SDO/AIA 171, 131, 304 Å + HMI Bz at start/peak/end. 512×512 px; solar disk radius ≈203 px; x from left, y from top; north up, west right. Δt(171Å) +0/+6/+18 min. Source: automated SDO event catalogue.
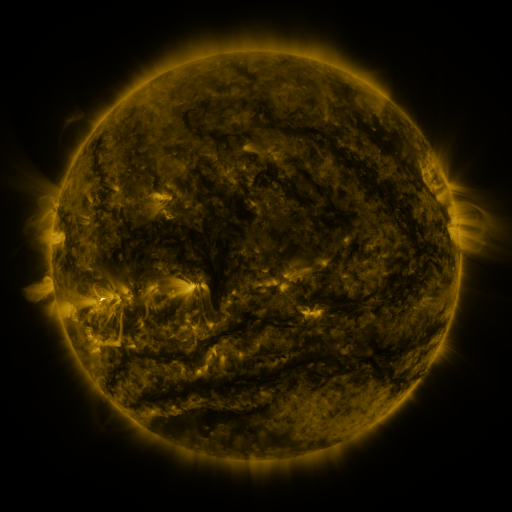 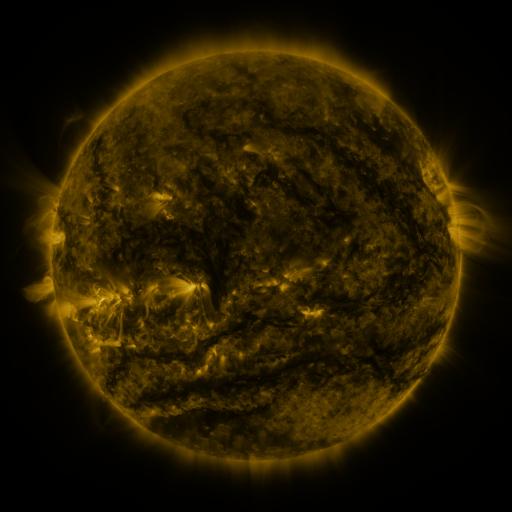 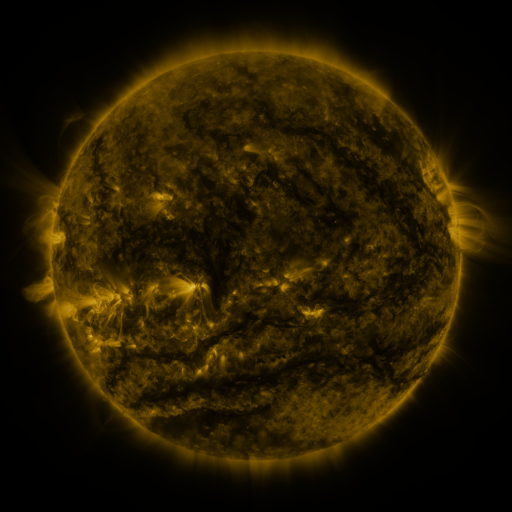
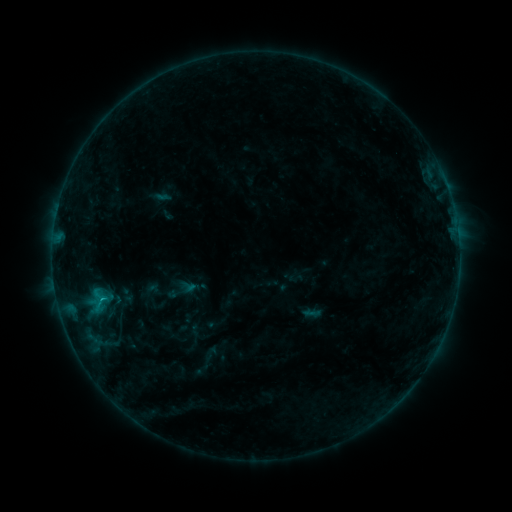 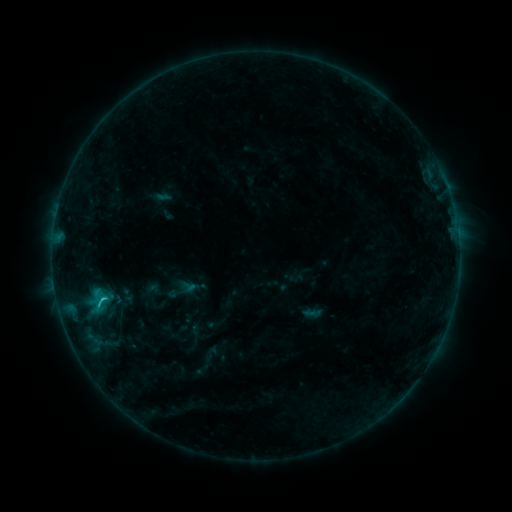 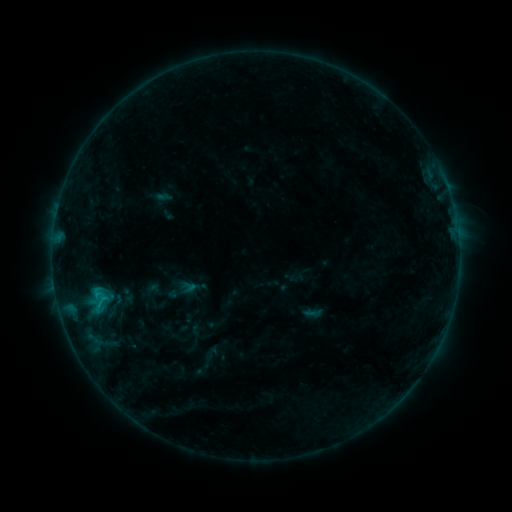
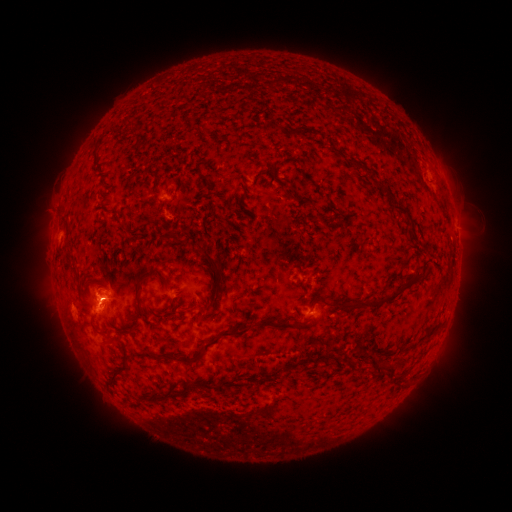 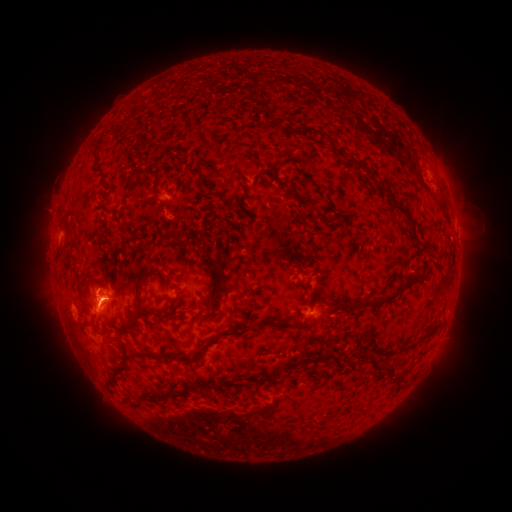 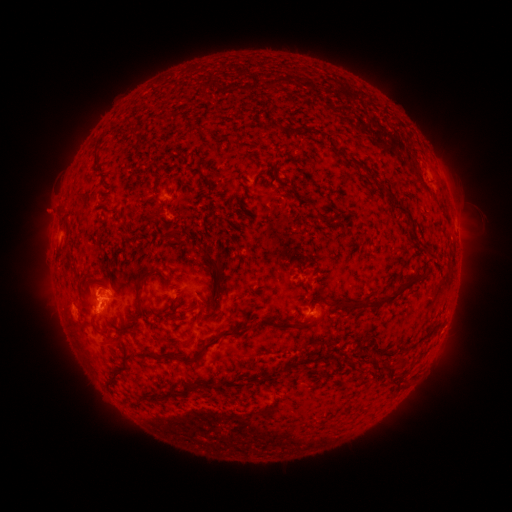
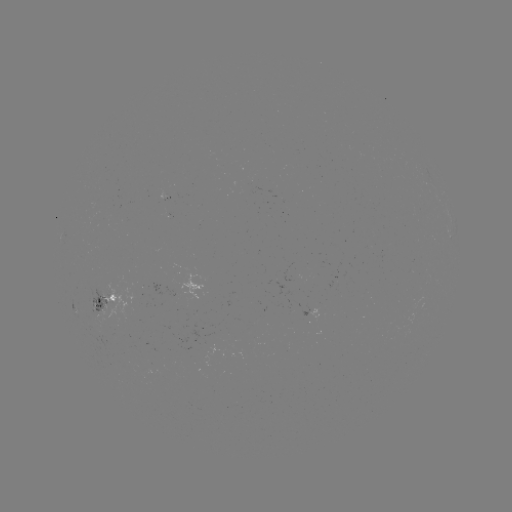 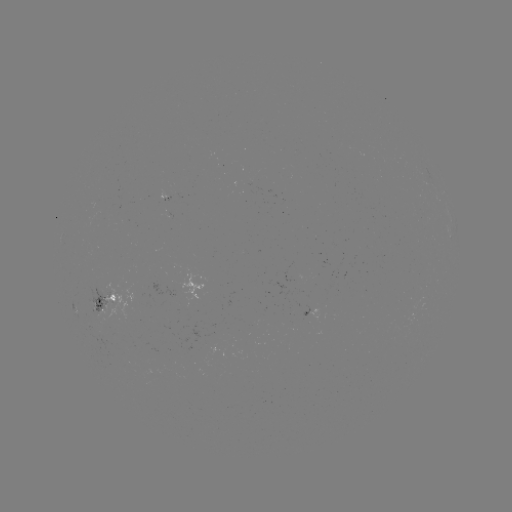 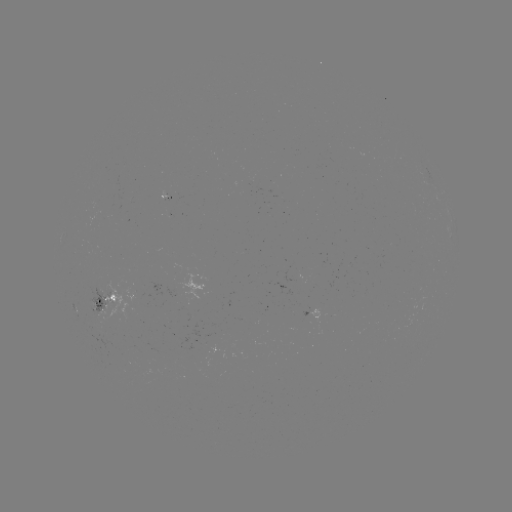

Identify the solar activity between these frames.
C1.0 flare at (102, 296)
